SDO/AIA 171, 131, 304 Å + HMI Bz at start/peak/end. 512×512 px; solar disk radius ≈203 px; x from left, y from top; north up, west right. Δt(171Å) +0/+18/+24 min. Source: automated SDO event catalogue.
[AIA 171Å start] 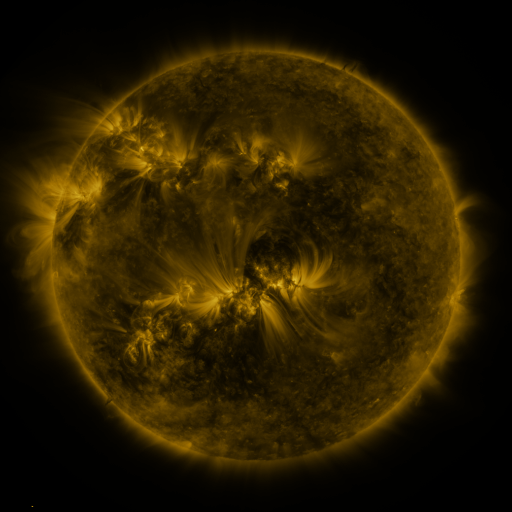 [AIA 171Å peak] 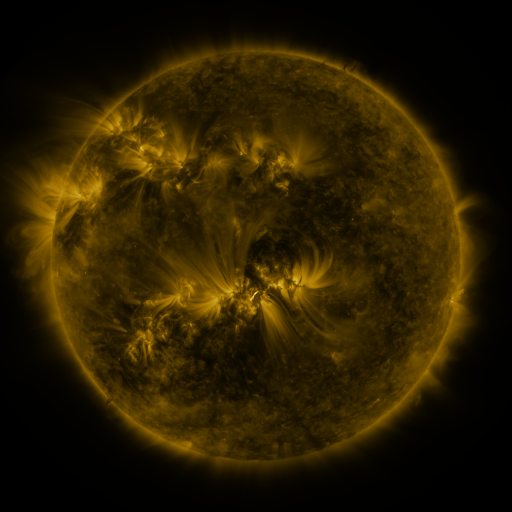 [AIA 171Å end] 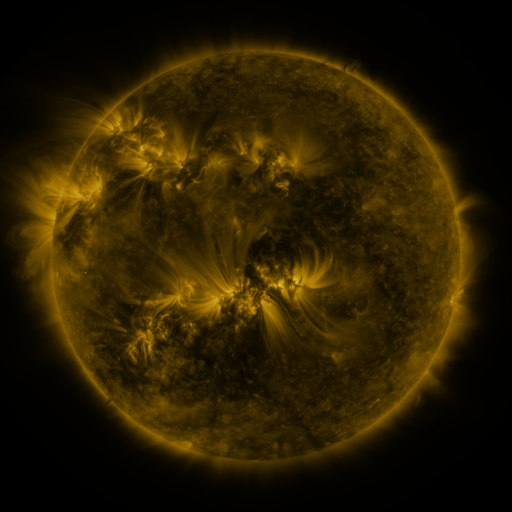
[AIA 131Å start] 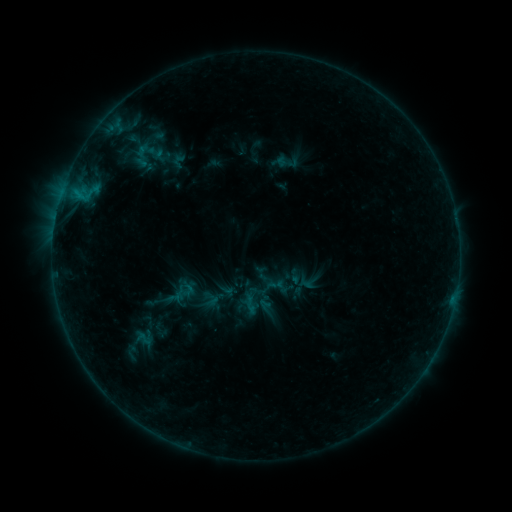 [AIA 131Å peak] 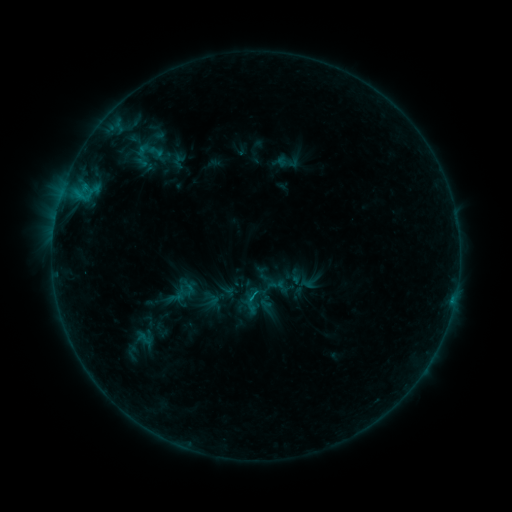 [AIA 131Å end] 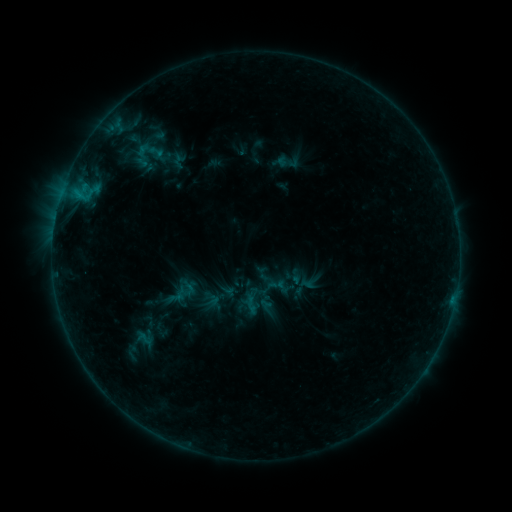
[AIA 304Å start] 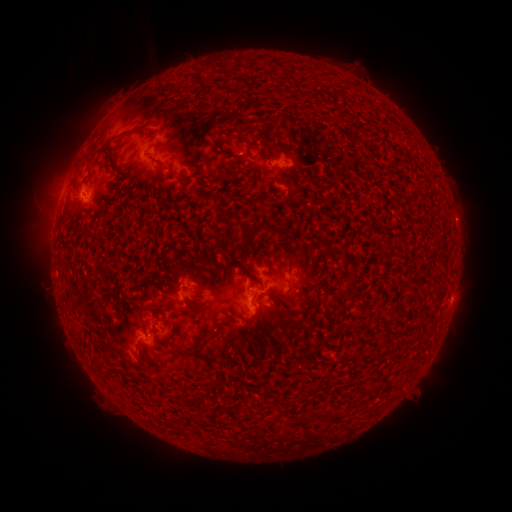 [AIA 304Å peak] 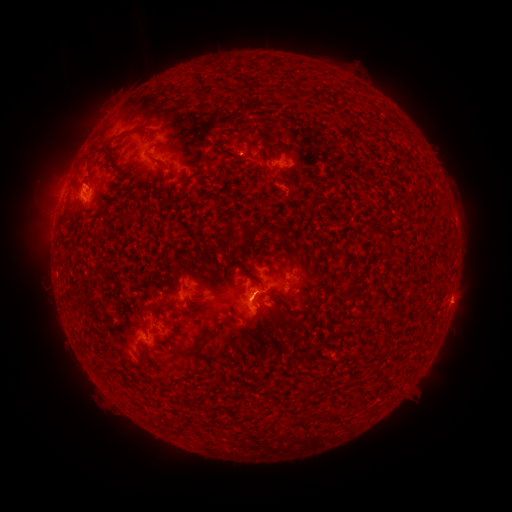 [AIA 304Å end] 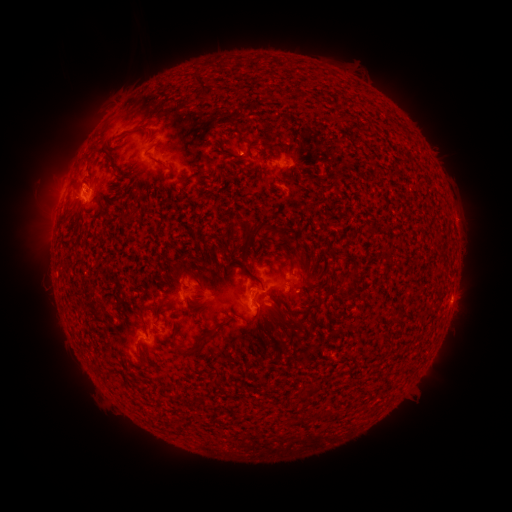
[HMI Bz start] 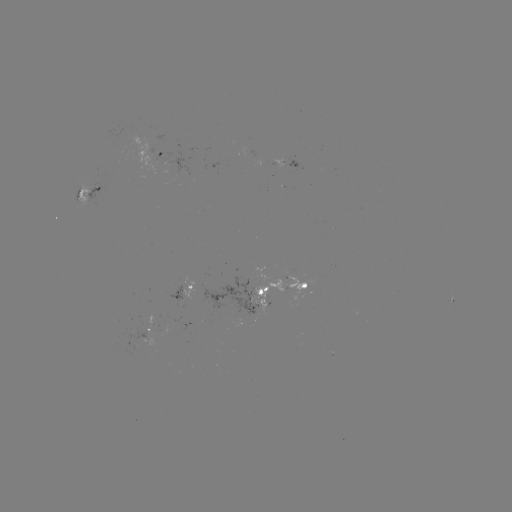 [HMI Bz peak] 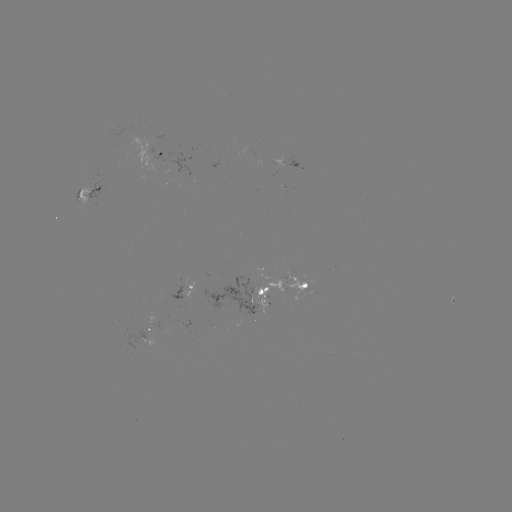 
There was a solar flare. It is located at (84, 189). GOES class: B7.1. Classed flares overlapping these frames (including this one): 1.